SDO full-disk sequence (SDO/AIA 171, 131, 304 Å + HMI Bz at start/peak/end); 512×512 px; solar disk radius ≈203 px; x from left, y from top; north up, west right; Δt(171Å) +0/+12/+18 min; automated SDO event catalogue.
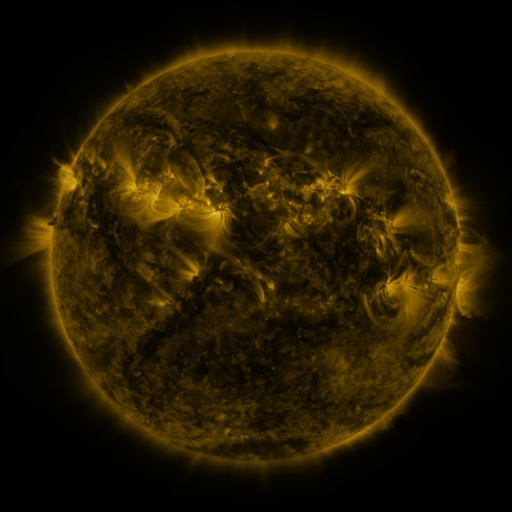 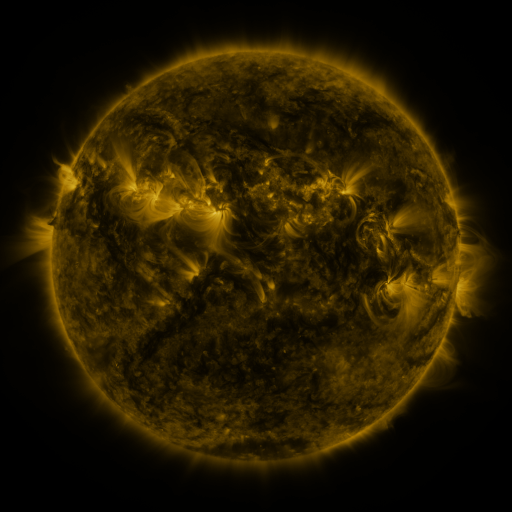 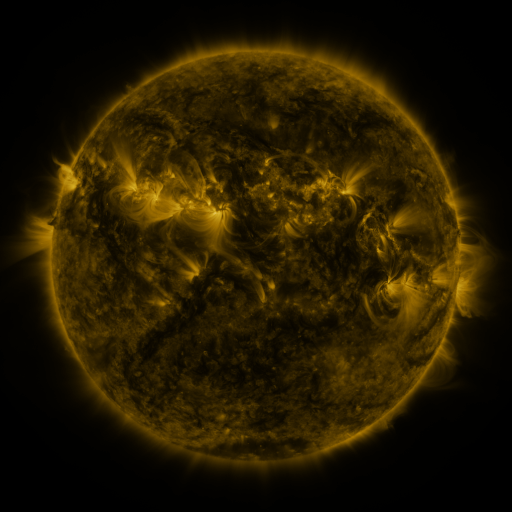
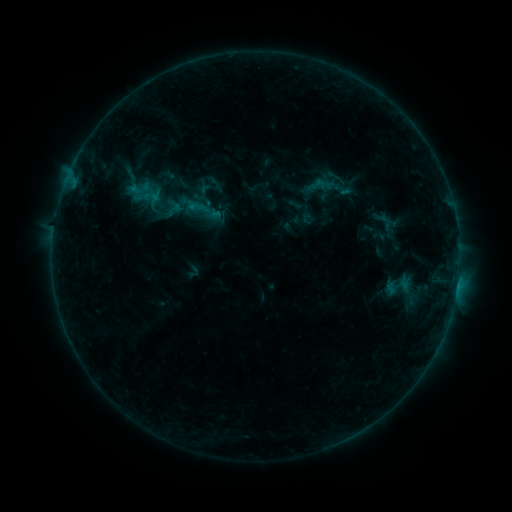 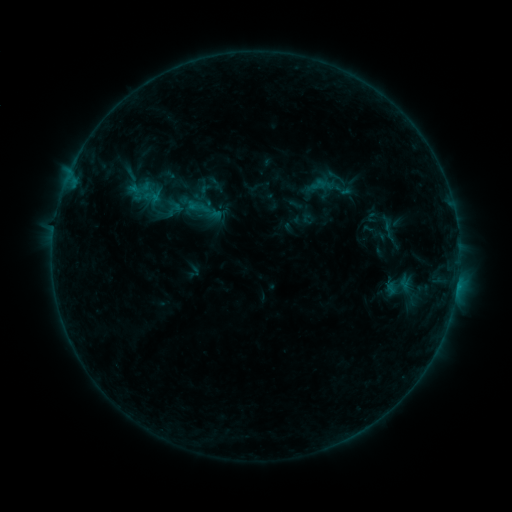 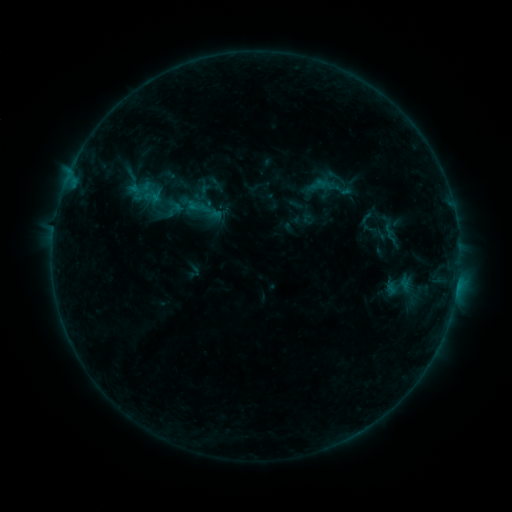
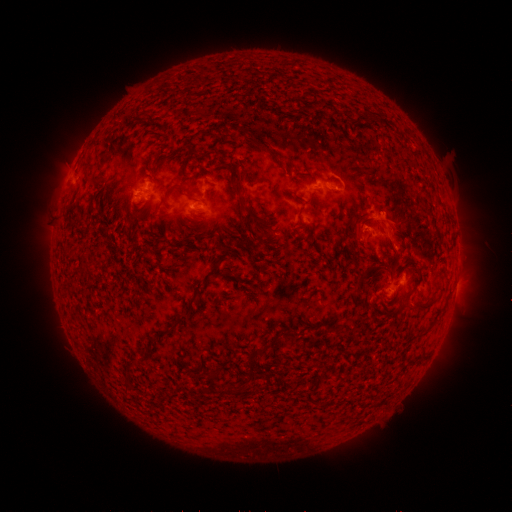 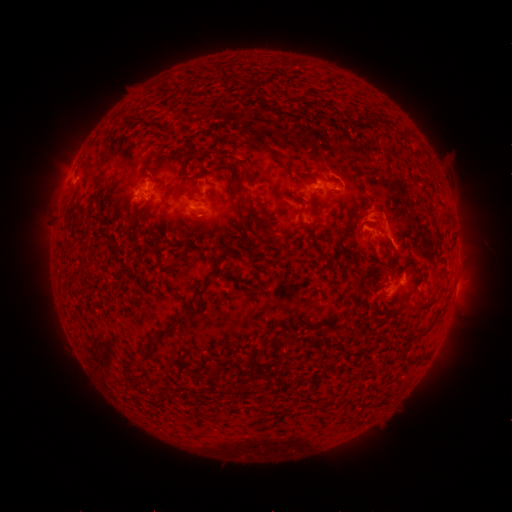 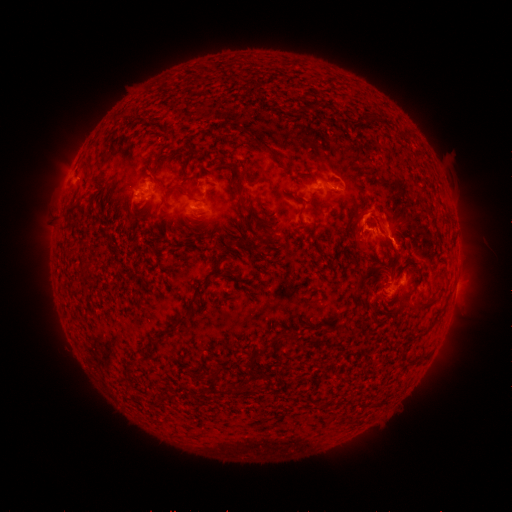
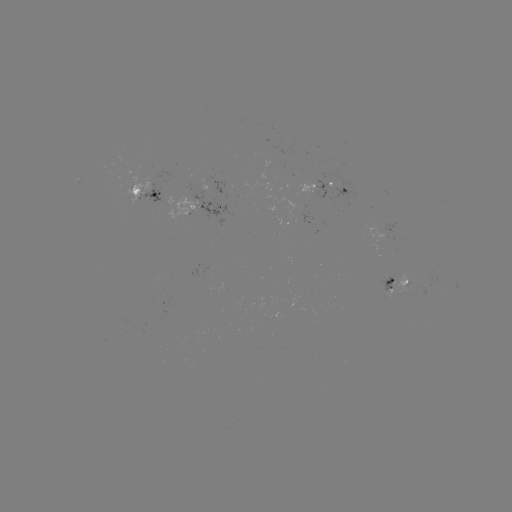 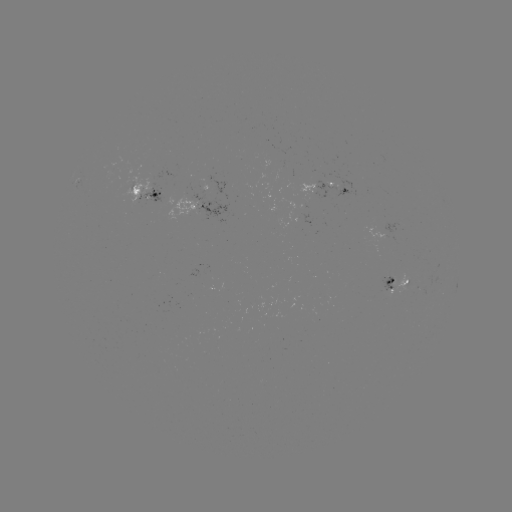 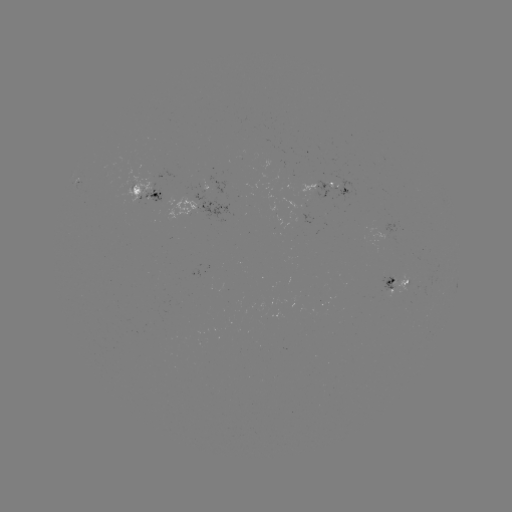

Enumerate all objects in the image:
eruption: (369, 220)
